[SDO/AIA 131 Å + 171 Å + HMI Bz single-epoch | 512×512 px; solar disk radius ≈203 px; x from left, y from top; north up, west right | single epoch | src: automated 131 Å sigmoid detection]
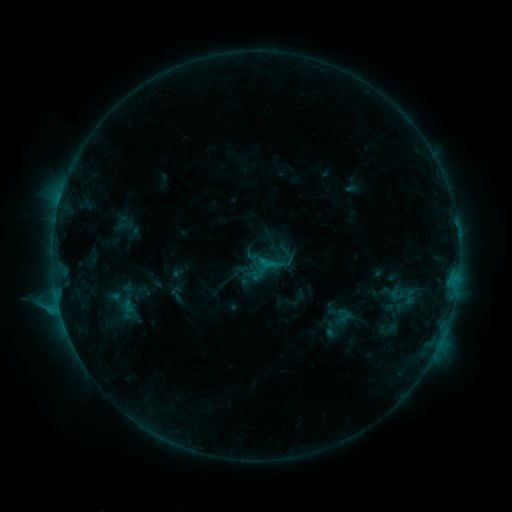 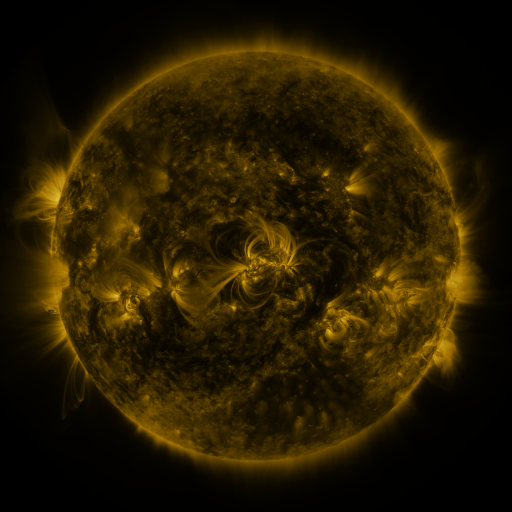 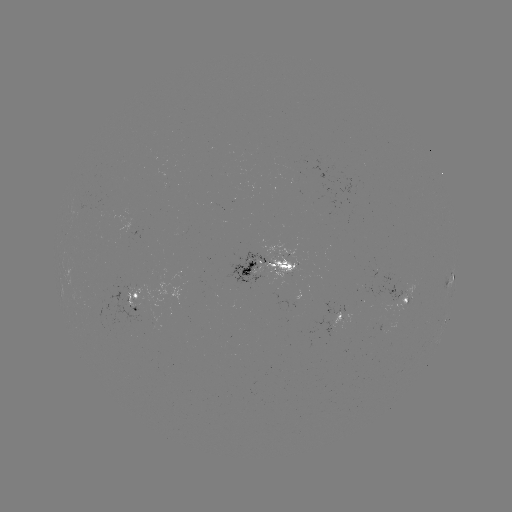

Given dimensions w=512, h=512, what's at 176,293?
sigmoid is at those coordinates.